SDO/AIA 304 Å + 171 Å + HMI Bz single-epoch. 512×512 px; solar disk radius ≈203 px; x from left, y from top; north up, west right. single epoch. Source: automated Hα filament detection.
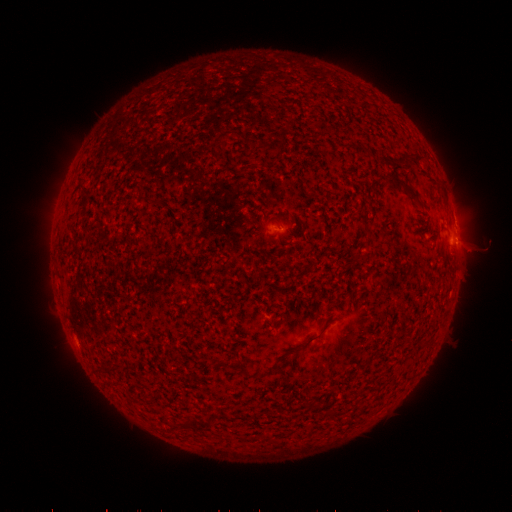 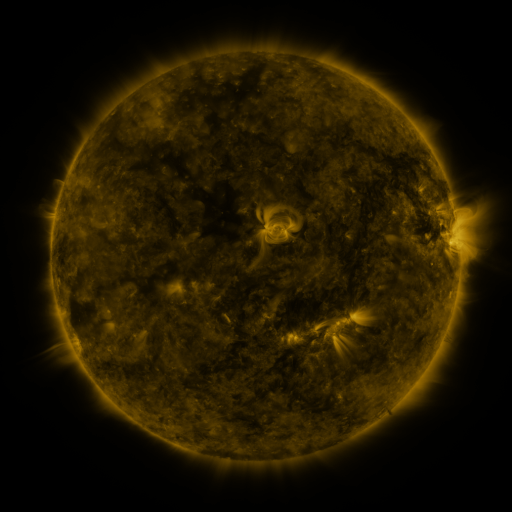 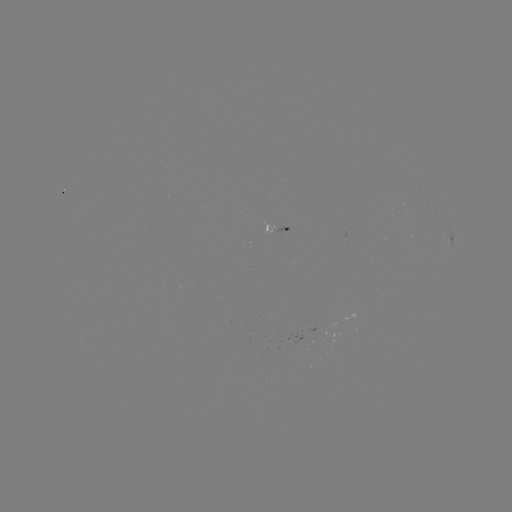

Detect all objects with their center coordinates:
filament: [117, 98, 150, 200]
filament: [99, 118, 116, 393]
filament: [328, 134, 342, 142]
filament: [92, 142, 99, 369]
filament: [246, 162, 257, 171]
filament: [142, 193, 164, 206]
filament: [105, 224, 114, 289]
filament: [296, 320, 331, 349]
filament: [126, 335, 140, 413]
filament: [235, 359, 253, 377]
